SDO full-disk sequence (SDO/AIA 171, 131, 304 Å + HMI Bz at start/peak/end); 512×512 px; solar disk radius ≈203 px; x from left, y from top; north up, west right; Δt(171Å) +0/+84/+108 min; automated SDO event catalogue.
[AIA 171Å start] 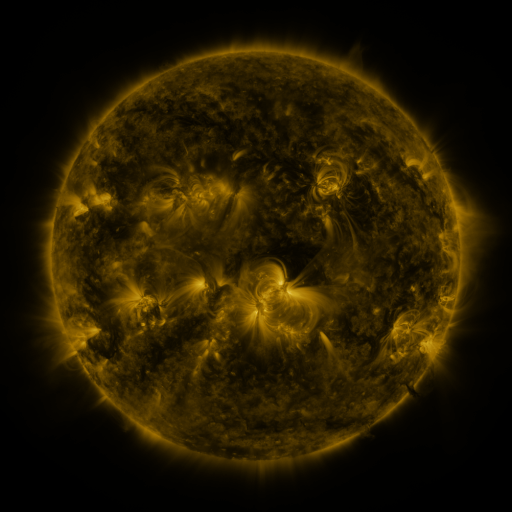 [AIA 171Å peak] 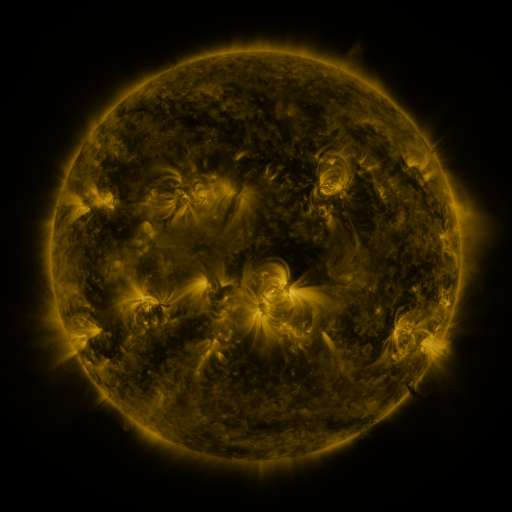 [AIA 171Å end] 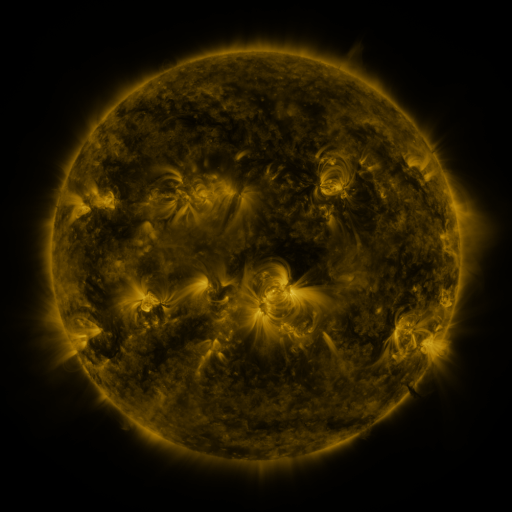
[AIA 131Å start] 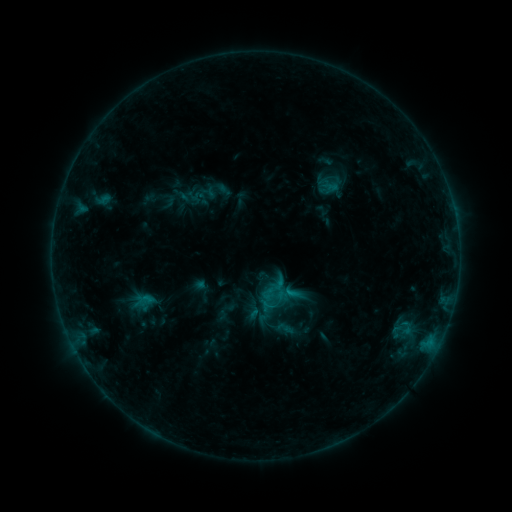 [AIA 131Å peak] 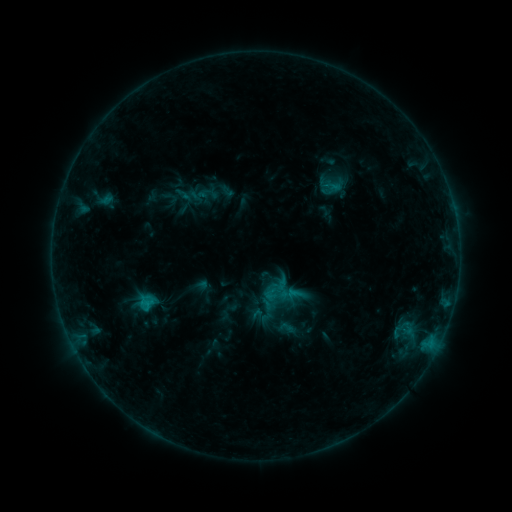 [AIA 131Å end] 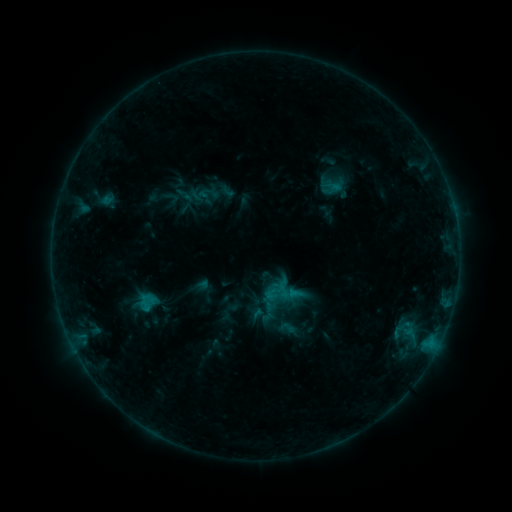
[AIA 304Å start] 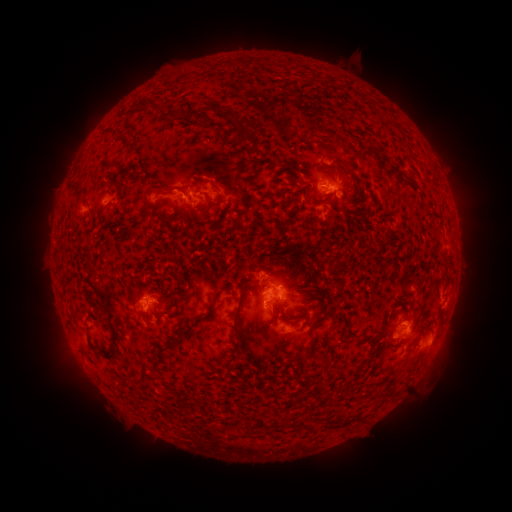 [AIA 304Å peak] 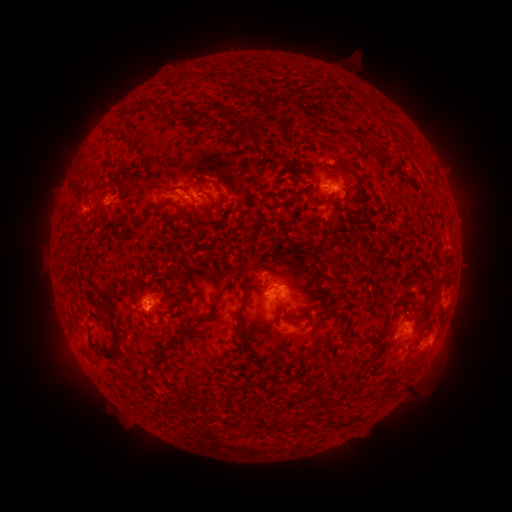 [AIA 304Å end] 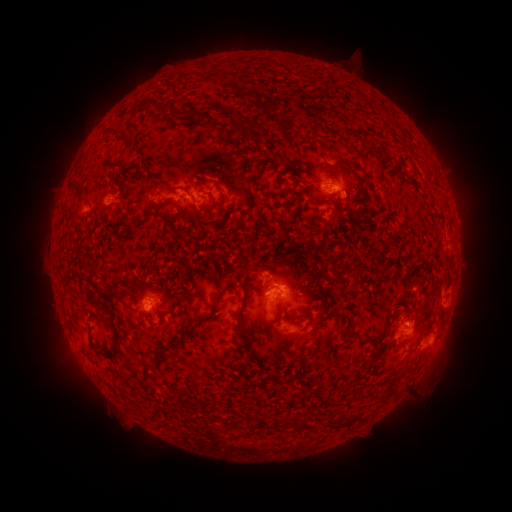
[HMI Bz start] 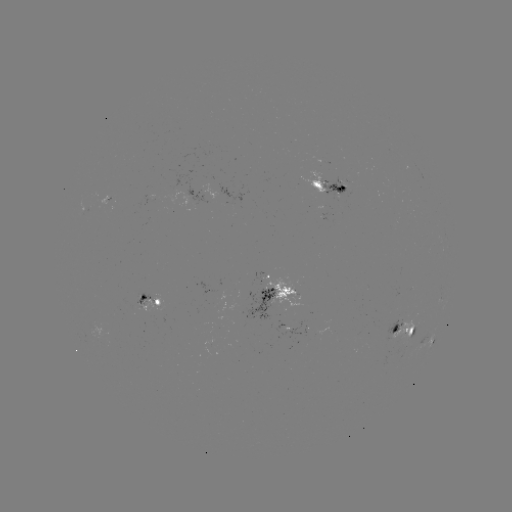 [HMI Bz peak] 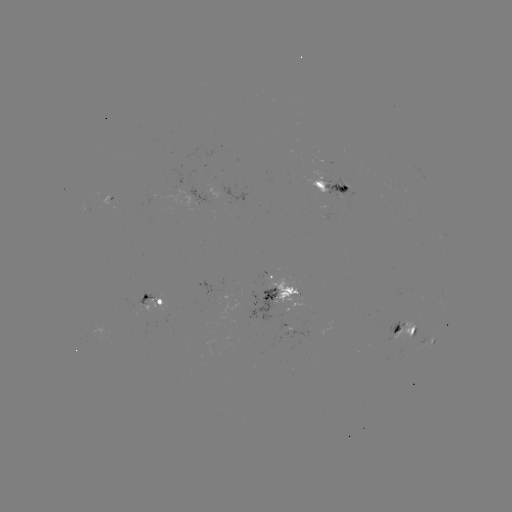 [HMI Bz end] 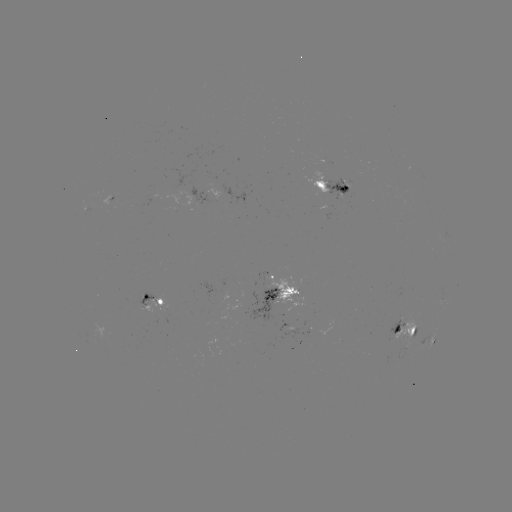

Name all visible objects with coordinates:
emerging-flux region: (321, 182)
